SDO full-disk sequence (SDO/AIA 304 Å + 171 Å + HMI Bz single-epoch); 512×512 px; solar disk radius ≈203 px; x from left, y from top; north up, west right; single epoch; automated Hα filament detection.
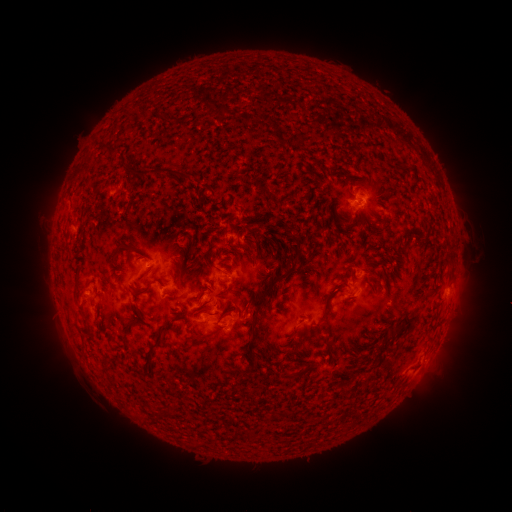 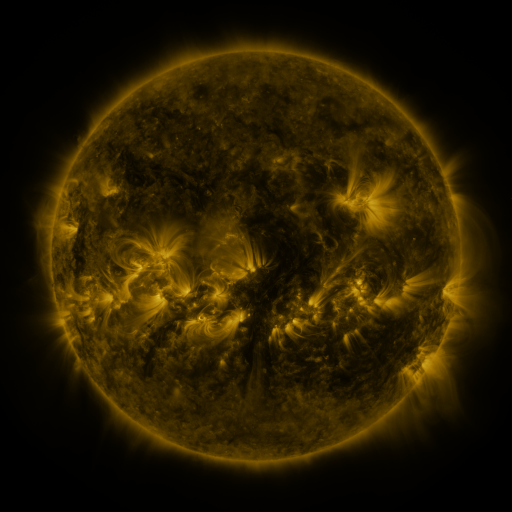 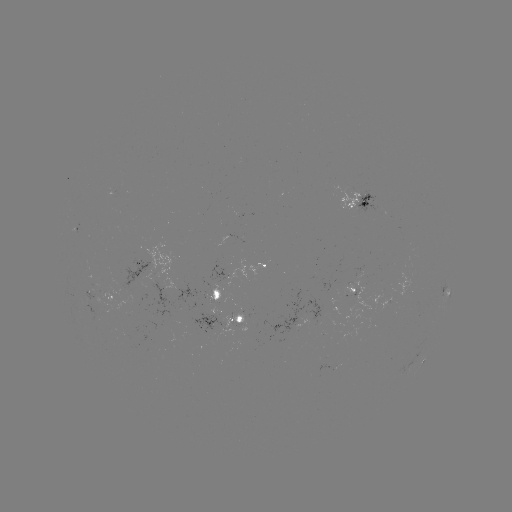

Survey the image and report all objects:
filament: (187, 160, 201, 170)
filament: (267, 186, 277, 197)
filament: (240, 270, 293, 318)
filament: (362, 286, 371, 294)
filament: (142, 310, 162, 330)
filament: (311, 313, 323, 329)
filament: (378, 336, 406, 359)
filament: (266, 374, 281, 384)
